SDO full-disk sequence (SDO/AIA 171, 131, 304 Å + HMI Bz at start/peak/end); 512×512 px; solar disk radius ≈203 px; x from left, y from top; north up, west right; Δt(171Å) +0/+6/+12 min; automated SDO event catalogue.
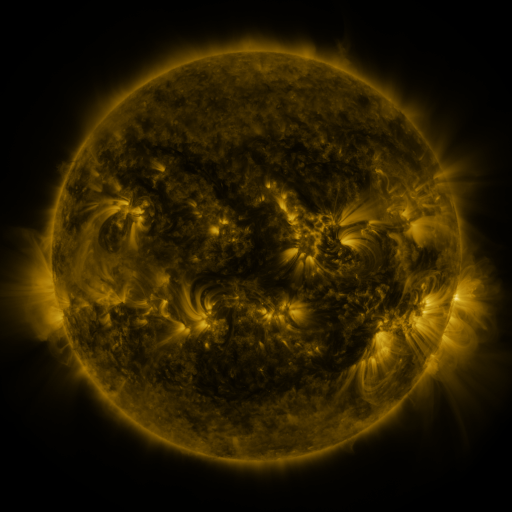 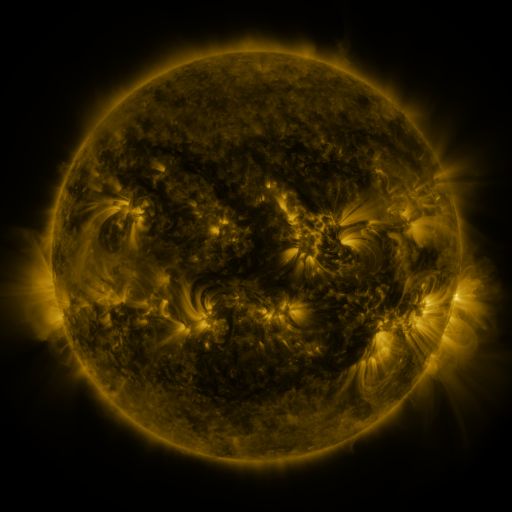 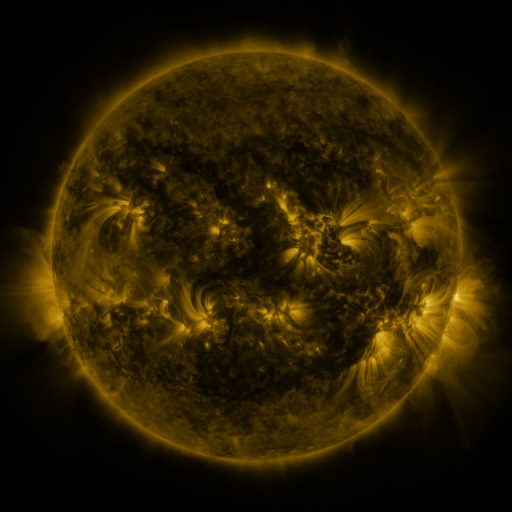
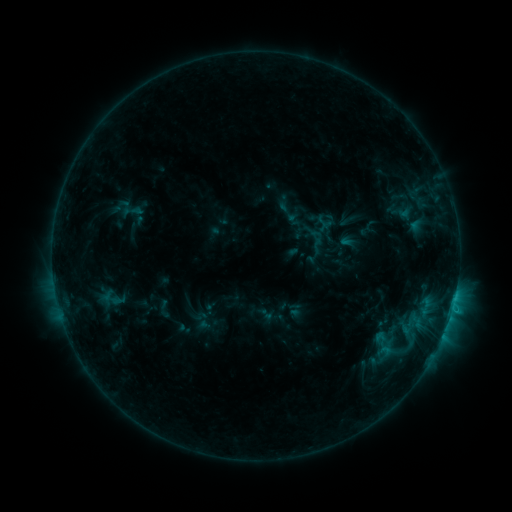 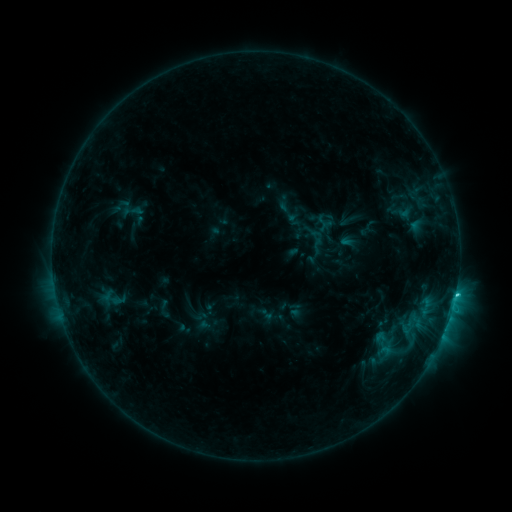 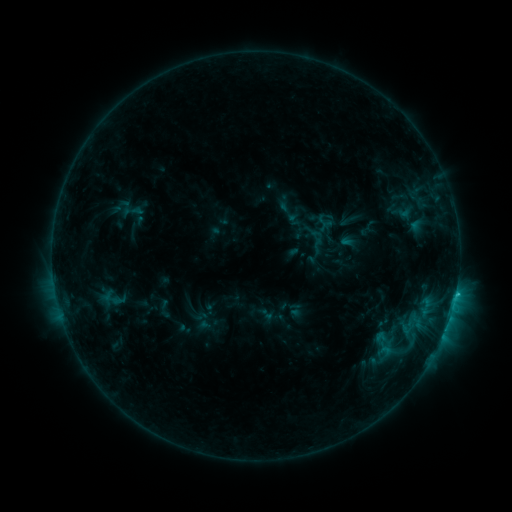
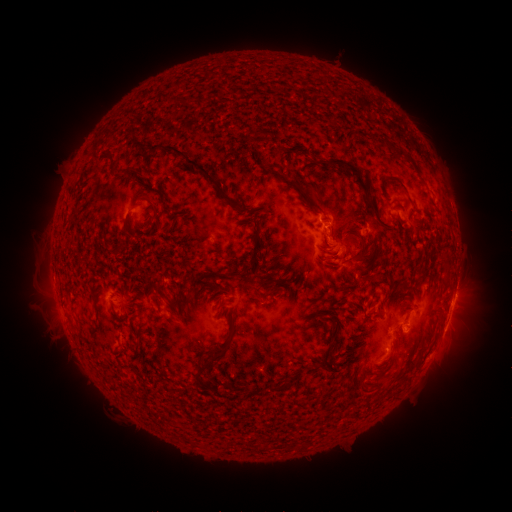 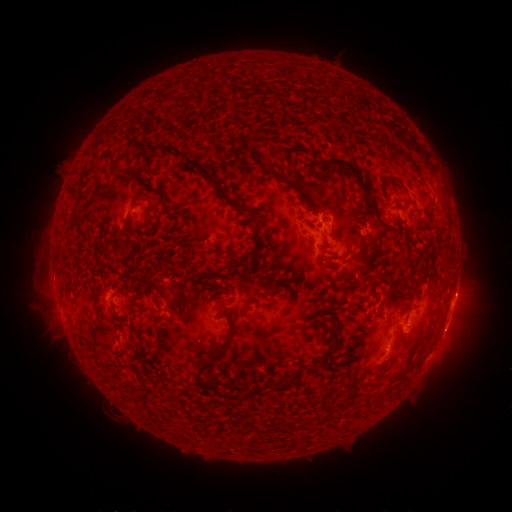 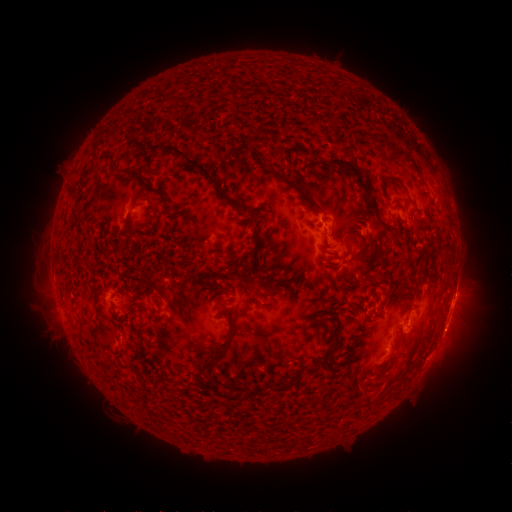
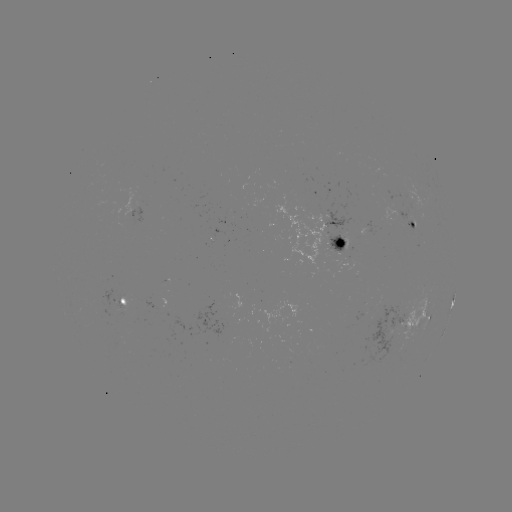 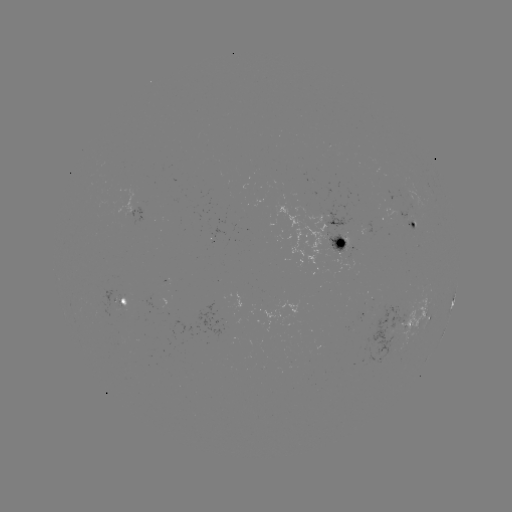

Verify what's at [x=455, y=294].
C1.6 flare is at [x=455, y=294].